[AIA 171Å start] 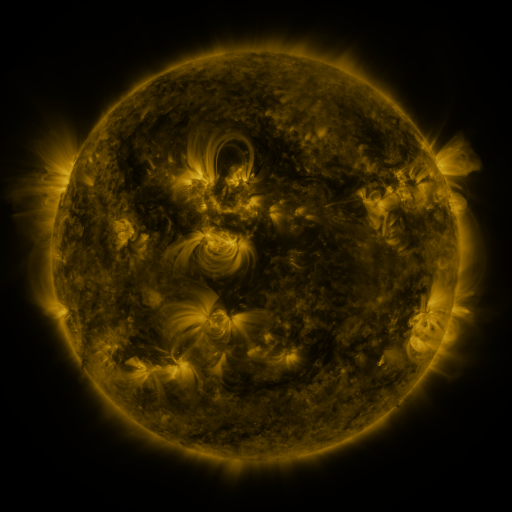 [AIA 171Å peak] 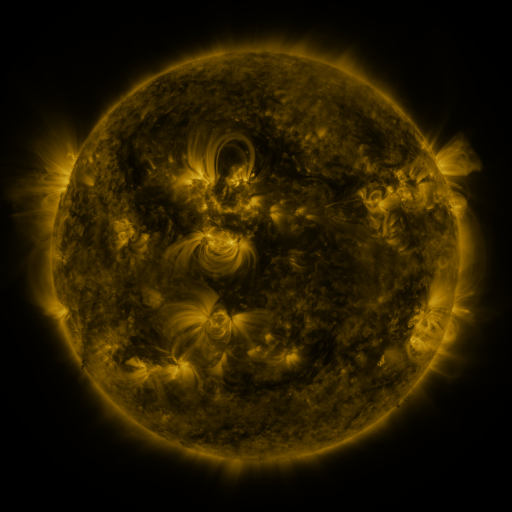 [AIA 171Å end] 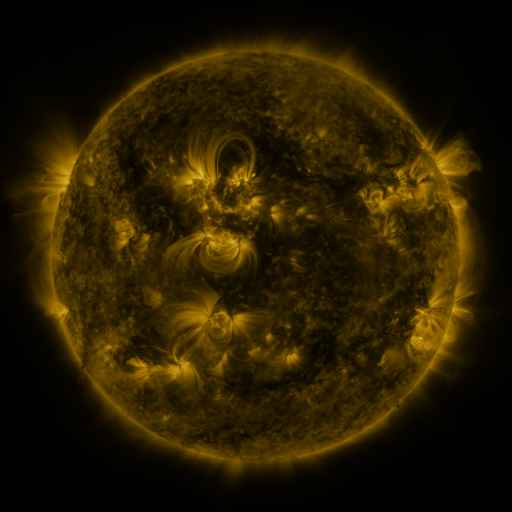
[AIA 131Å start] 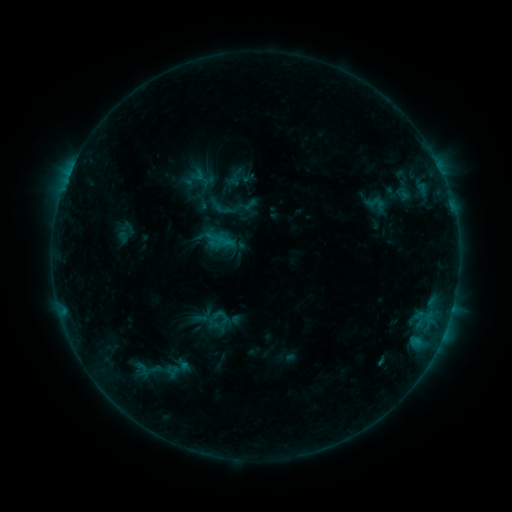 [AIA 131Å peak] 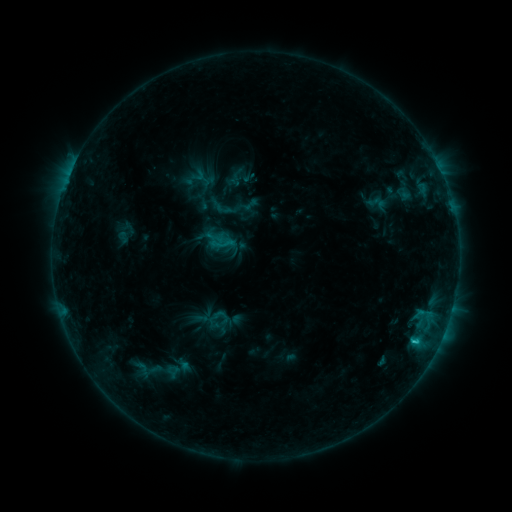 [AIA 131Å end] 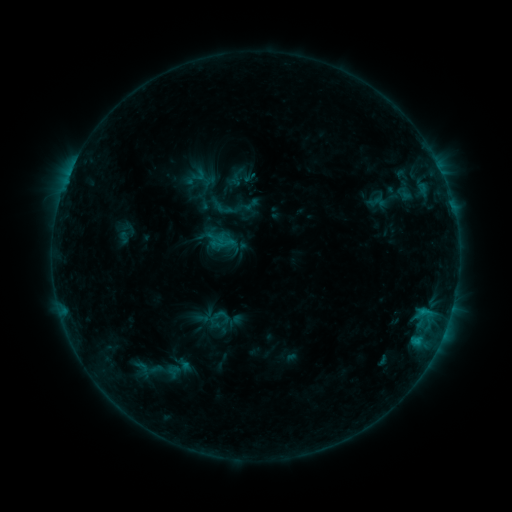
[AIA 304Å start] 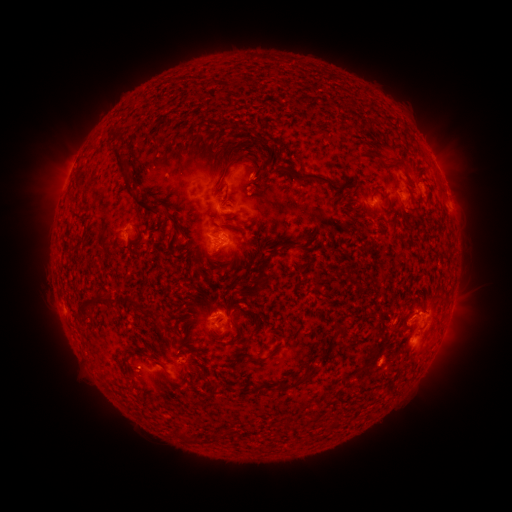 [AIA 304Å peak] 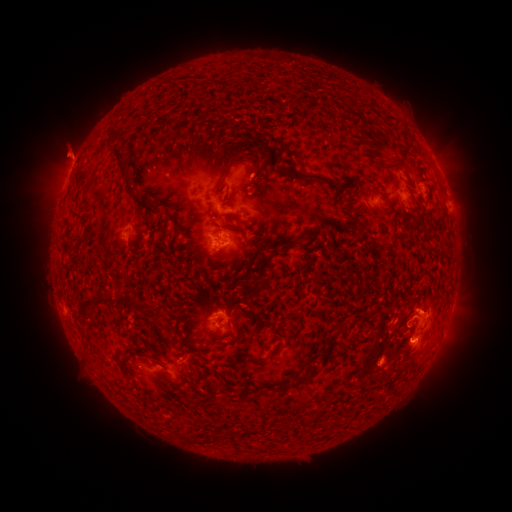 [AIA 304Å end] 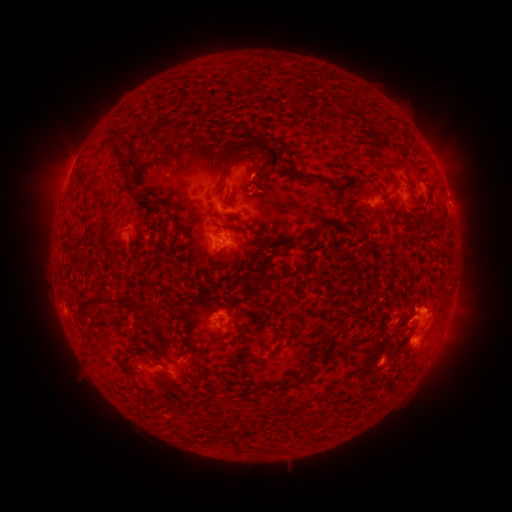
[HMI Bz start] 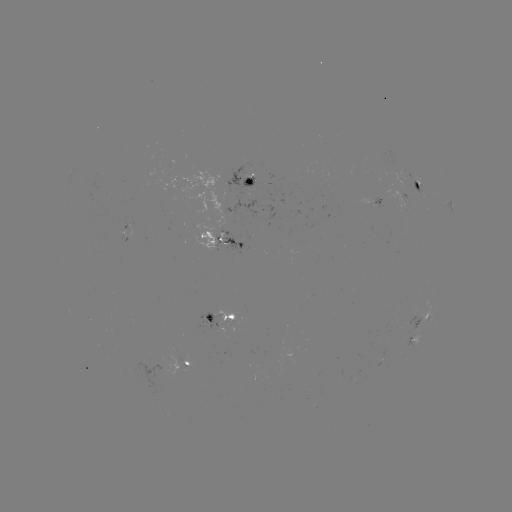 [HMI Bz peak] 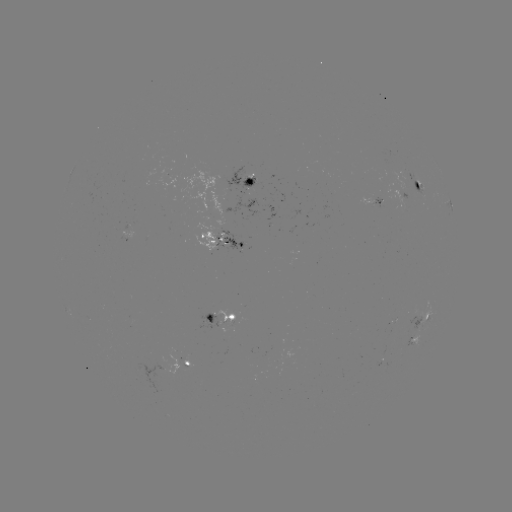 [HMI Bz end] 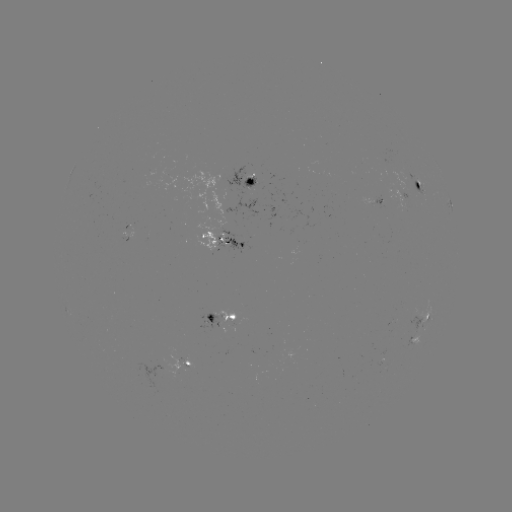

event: flare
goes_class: C1.1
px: (415, 339)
